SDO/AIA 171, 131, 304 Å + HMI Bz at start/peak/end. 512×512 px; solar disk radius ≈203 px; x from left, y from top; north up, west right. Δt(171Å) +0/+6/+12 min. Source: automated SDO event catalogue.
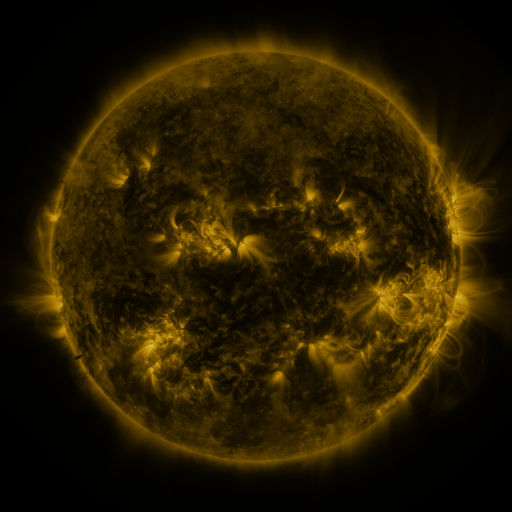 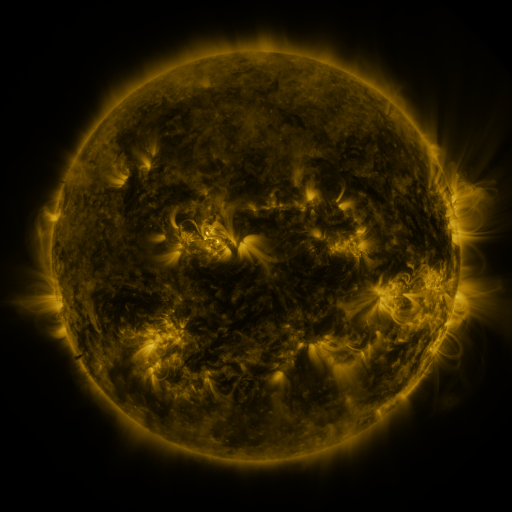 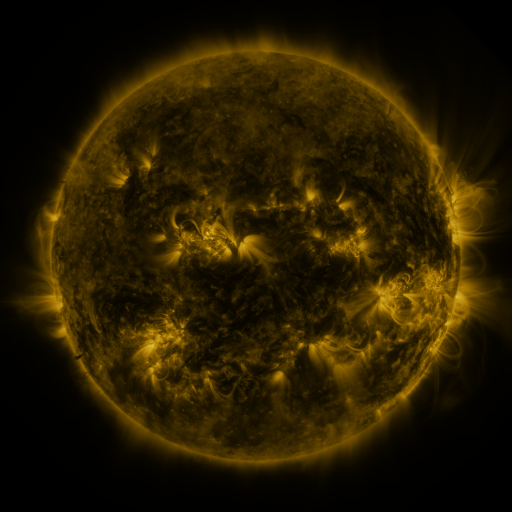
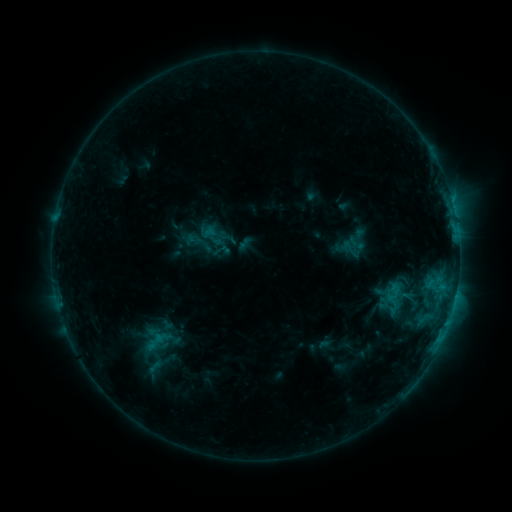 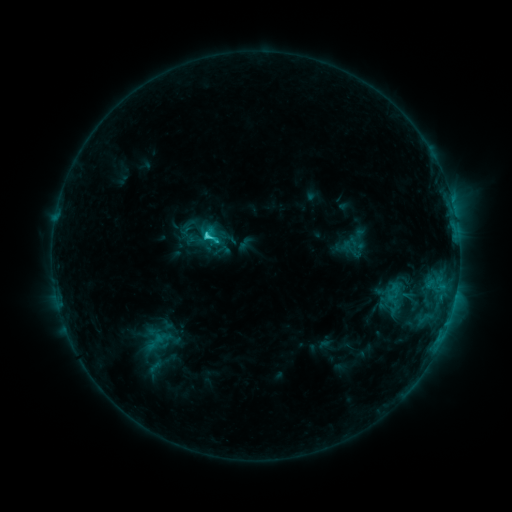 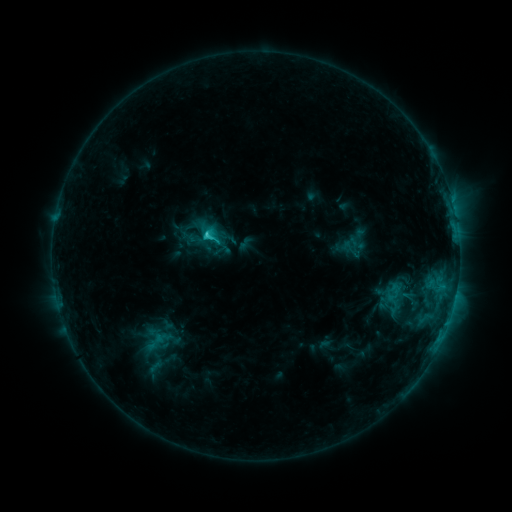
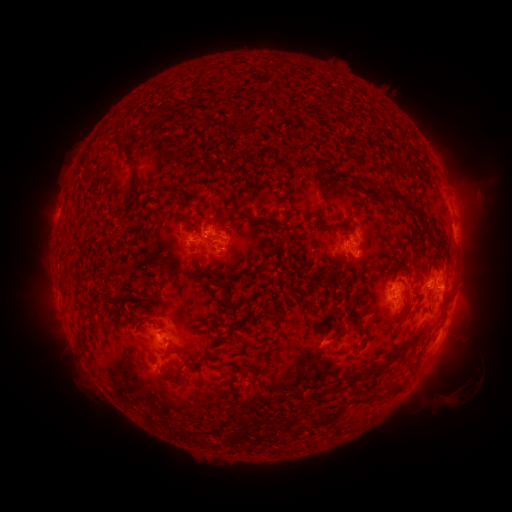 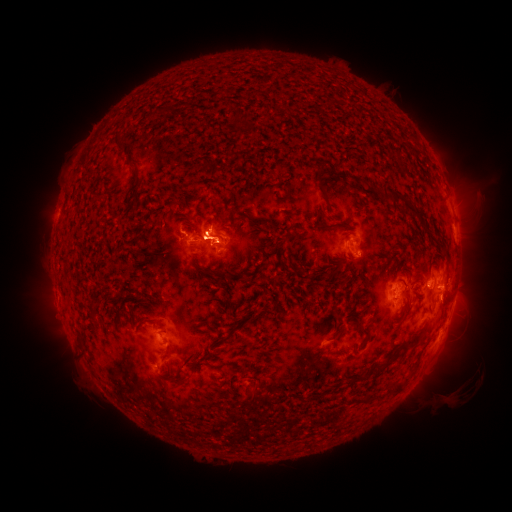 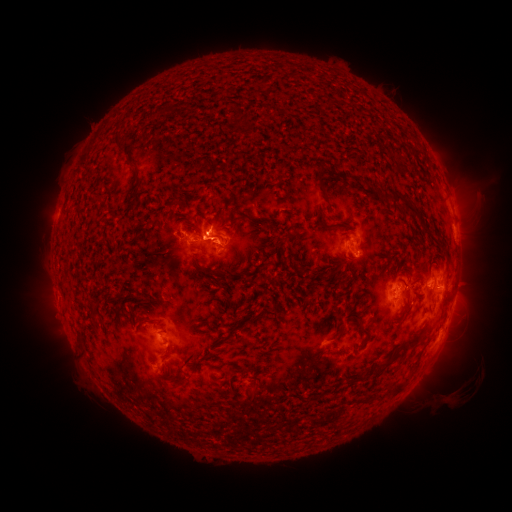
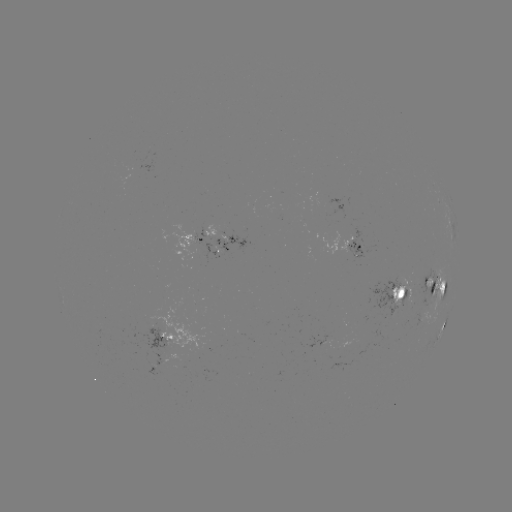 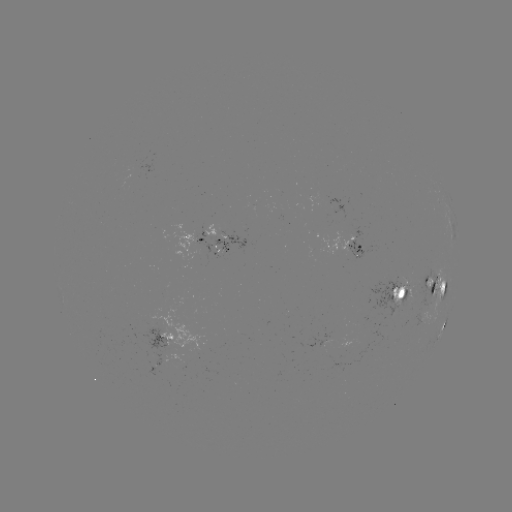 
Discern C2.5 flare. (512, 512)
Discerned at (210, 237).